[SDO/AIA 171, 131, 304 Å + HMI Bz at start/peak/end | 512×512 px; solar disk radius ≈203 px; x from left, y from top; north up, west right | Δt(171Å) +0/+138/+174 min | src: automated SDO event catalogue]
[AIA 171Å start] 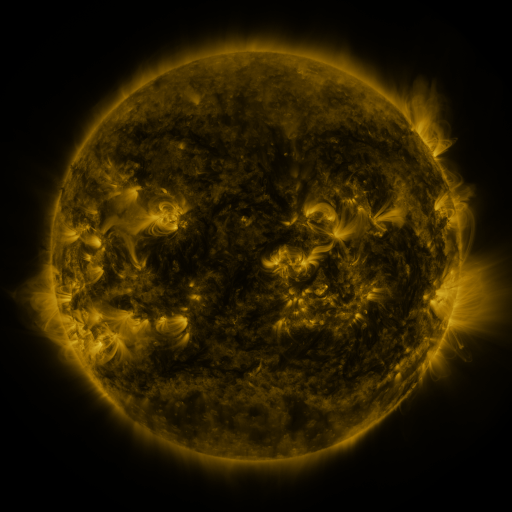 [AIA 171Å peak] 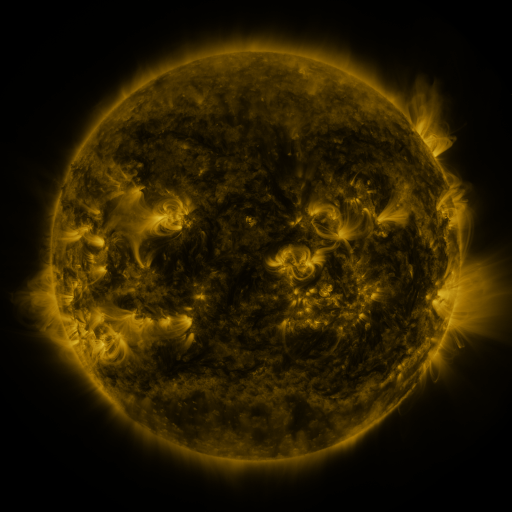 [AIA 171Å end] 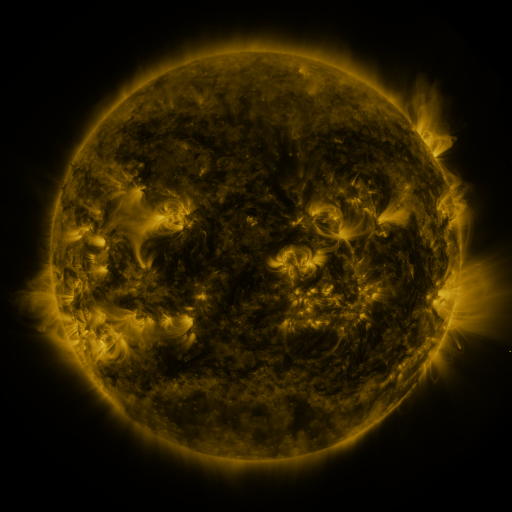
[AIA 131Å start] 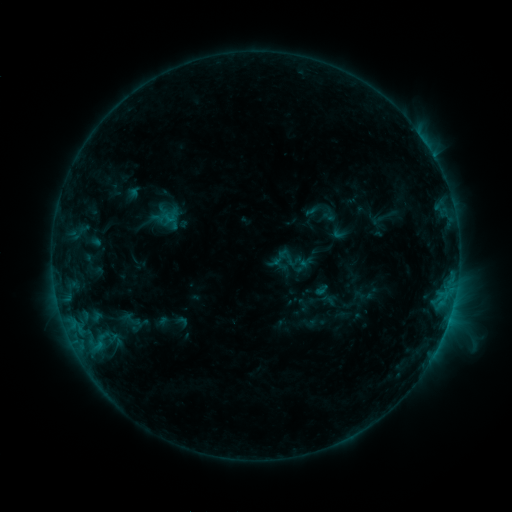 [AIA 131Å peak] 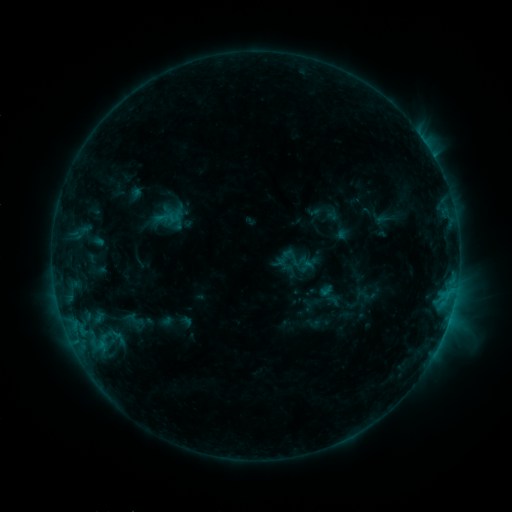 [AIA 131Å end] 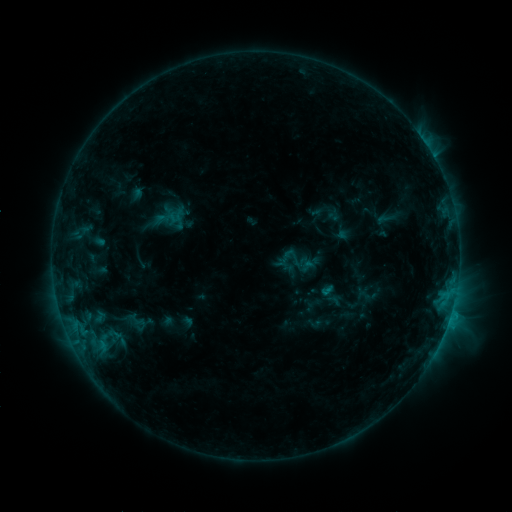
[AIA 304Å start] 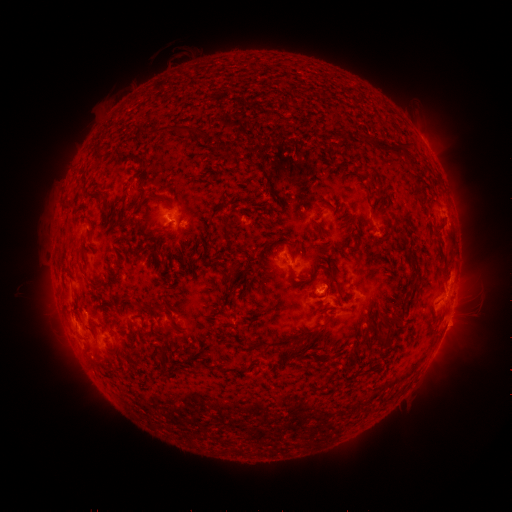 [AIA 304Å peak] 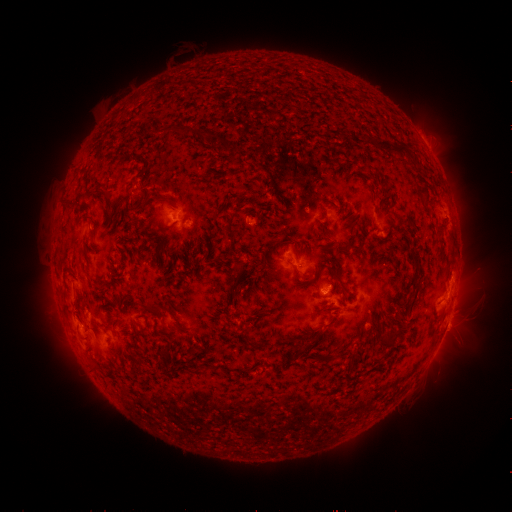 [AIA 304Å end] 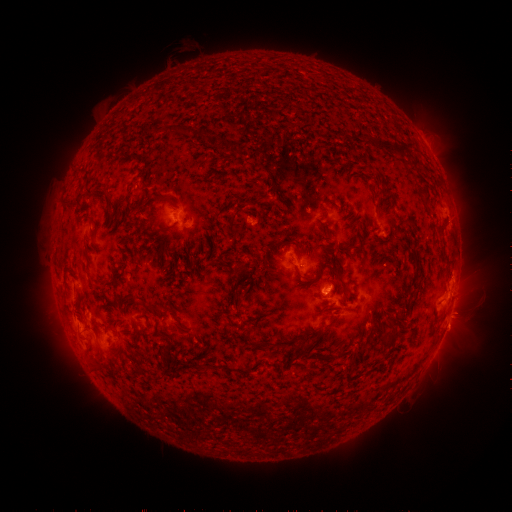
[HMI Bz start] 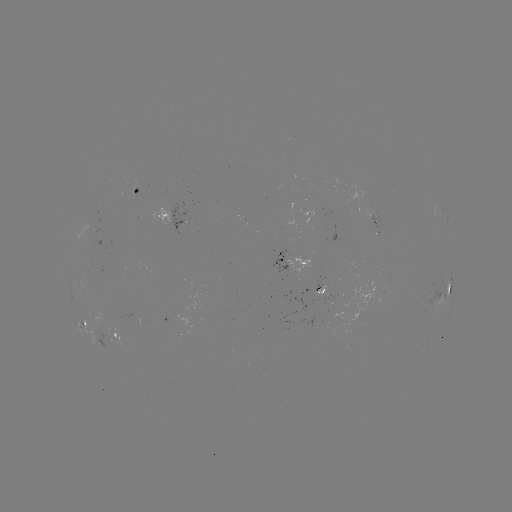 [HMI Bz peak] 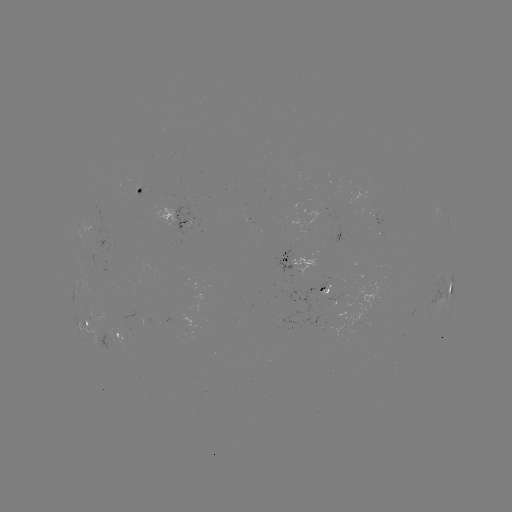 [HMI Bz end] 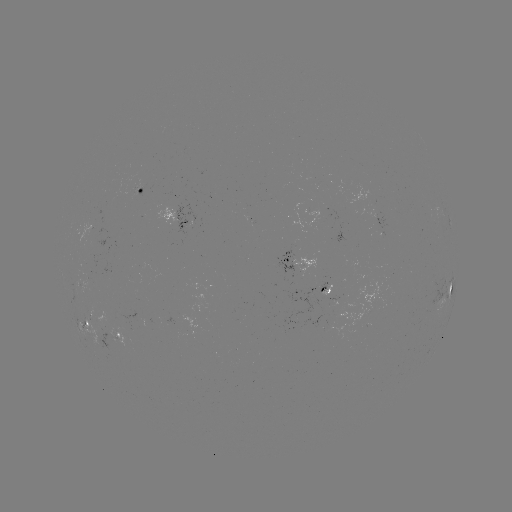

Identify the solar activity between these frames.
emerging-flux region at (94, 229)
